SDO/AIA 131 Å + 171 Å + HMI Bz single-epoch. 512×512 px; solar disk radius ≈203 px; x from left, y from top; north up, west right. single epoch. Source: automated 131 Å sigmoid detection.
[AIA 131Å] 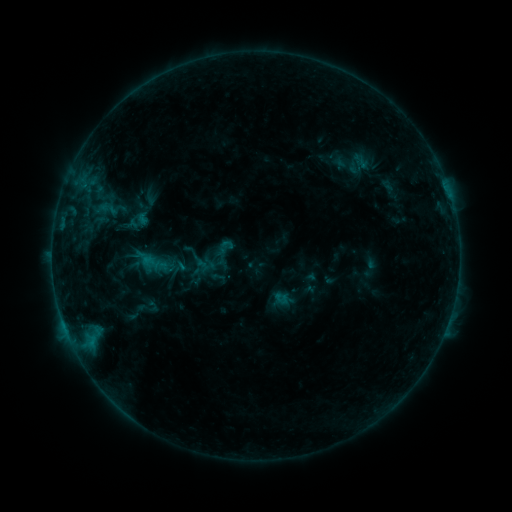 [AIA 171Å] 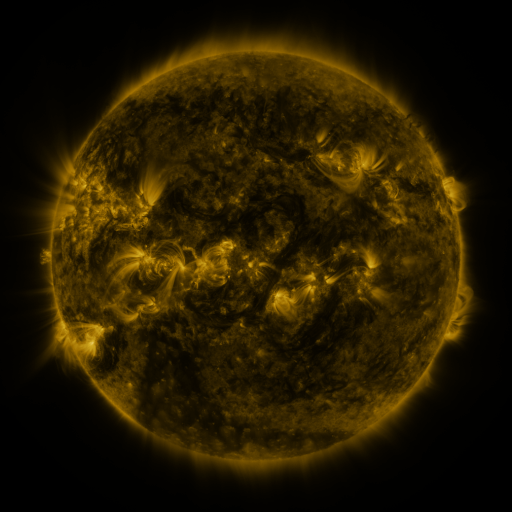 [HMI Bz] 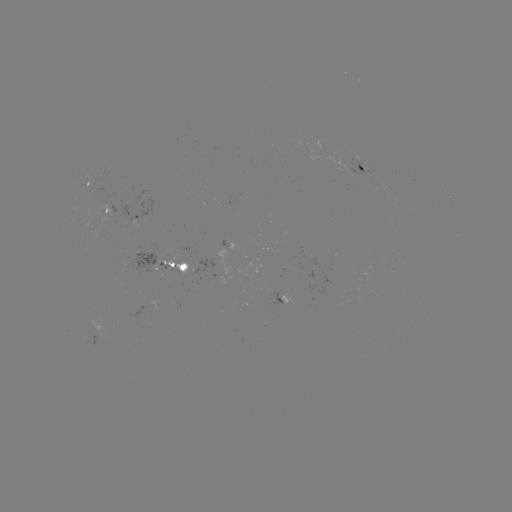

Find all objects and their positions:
sigmoid: [214, 237, 236, 258]
